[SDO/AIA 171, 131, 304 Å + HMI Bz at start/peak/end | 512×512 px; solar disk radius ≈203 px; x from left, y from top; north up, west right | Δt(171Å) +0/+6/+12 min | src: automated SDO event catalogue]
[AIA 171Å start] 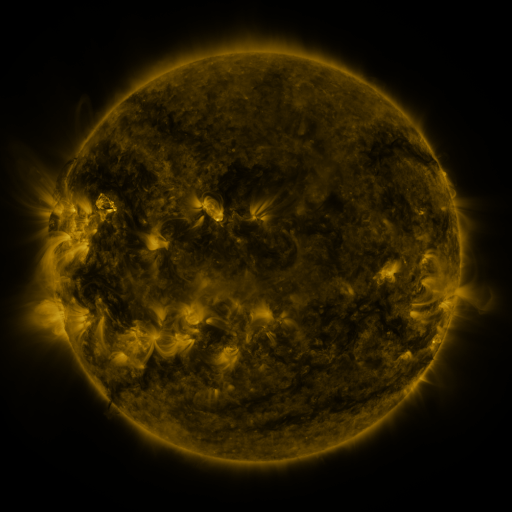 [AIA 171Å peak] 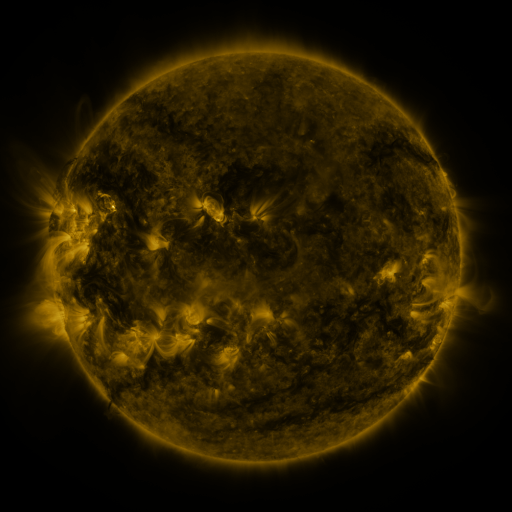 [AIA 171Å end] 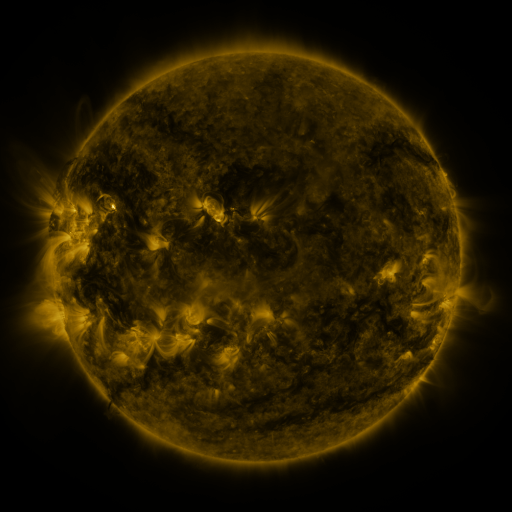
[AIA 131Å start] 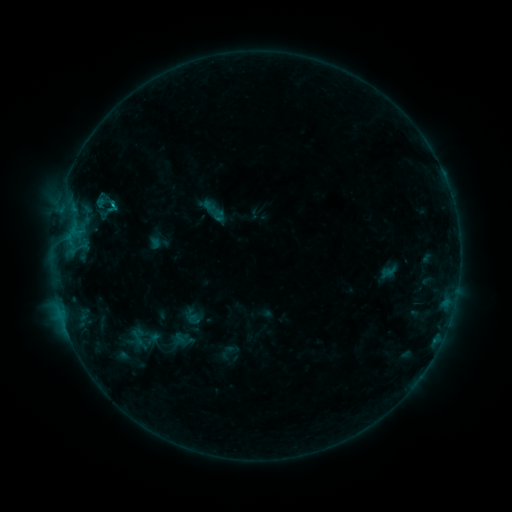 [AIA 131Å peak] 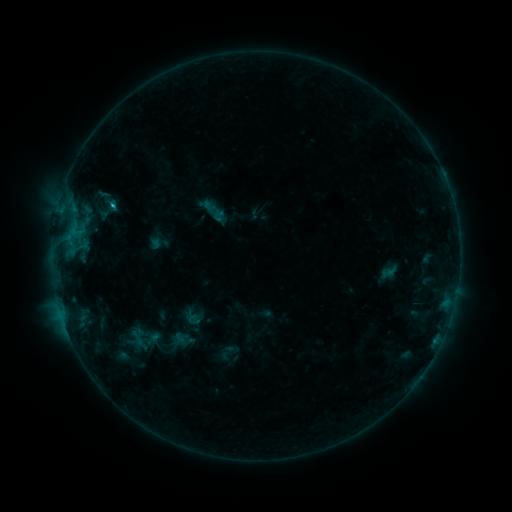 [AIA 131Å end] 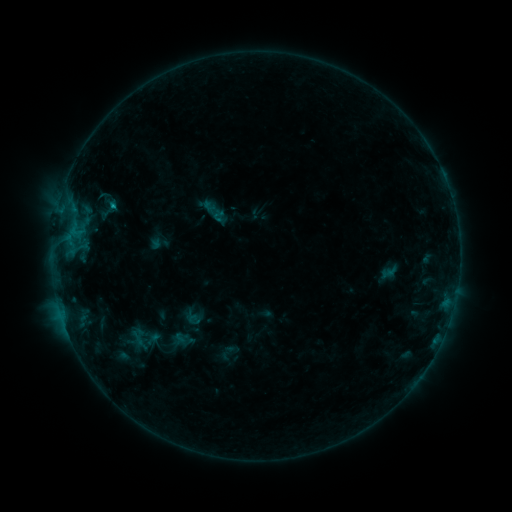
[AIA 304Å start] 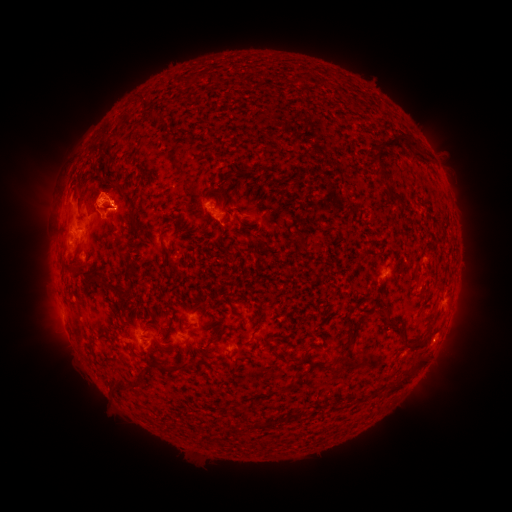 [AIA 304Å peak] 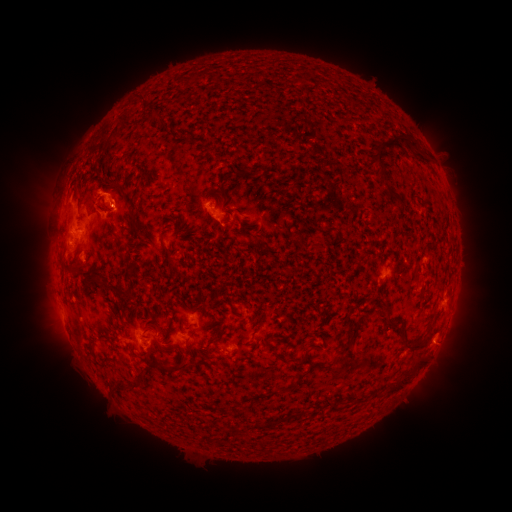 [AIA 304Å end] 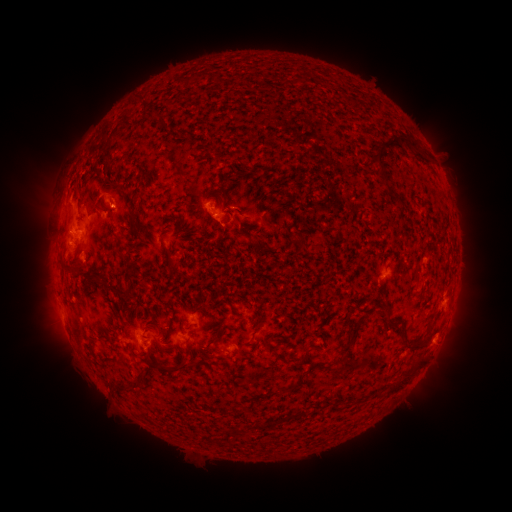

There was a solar flare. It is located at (115, 206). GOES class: B8.9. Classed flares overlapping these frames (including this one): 1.